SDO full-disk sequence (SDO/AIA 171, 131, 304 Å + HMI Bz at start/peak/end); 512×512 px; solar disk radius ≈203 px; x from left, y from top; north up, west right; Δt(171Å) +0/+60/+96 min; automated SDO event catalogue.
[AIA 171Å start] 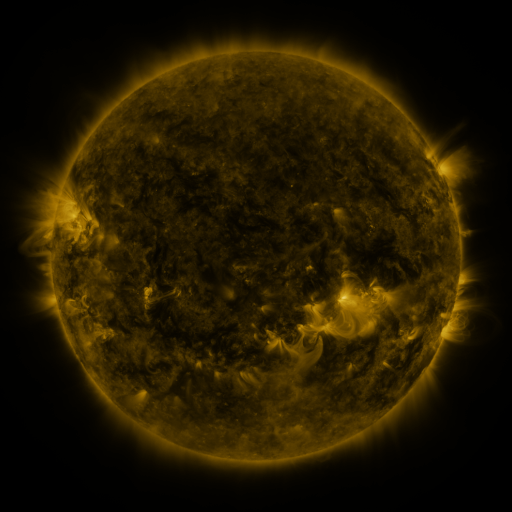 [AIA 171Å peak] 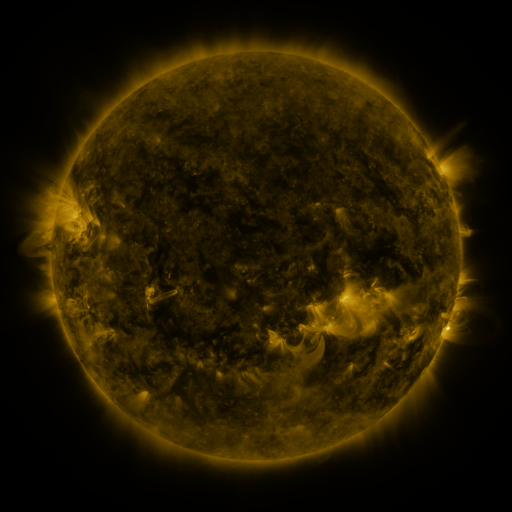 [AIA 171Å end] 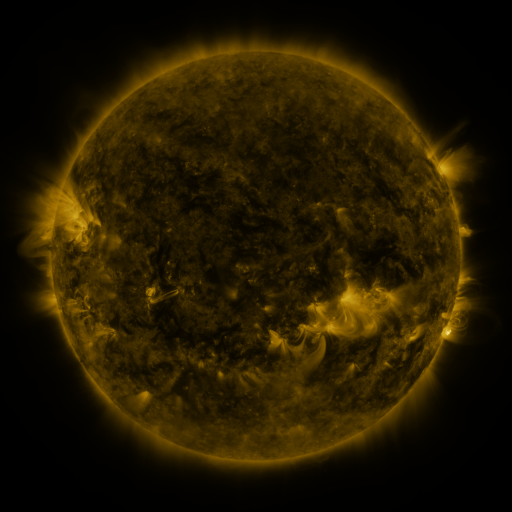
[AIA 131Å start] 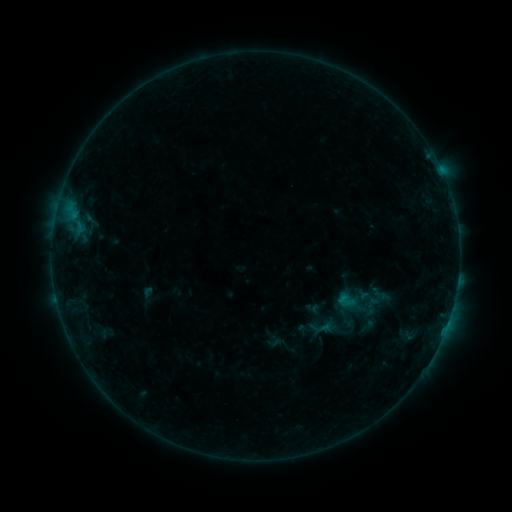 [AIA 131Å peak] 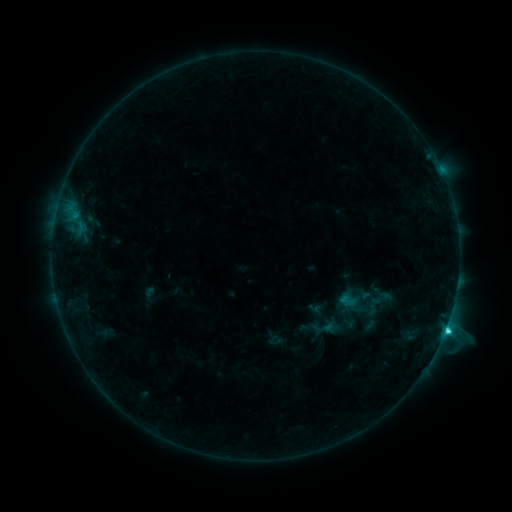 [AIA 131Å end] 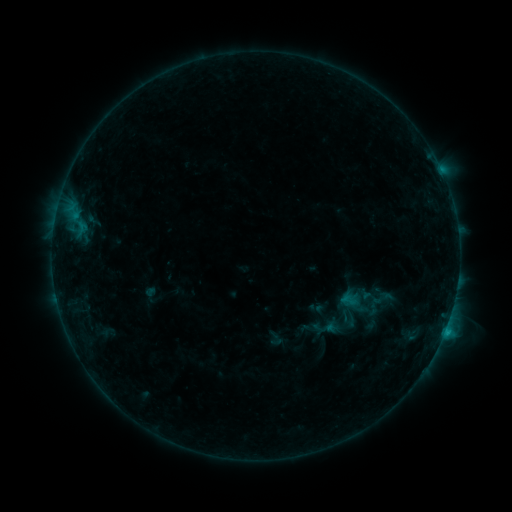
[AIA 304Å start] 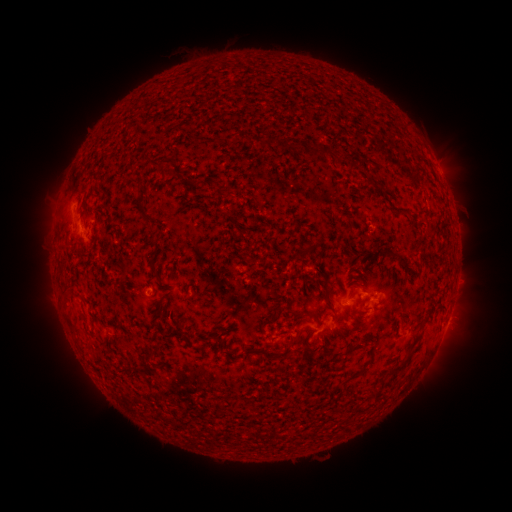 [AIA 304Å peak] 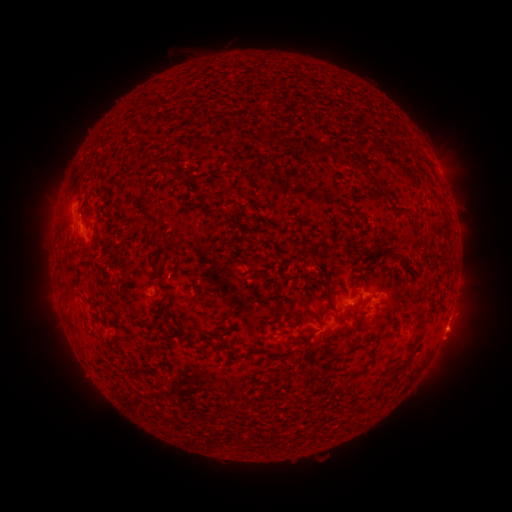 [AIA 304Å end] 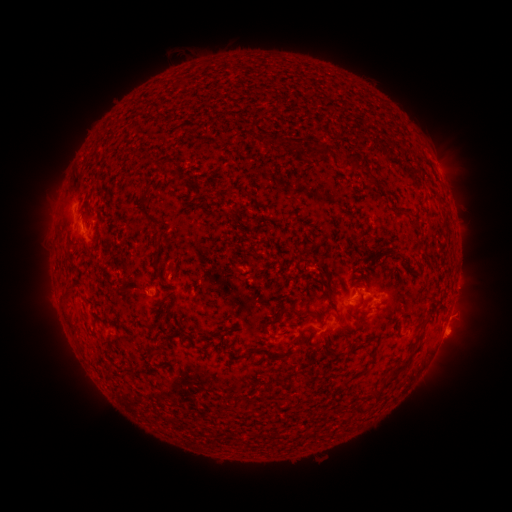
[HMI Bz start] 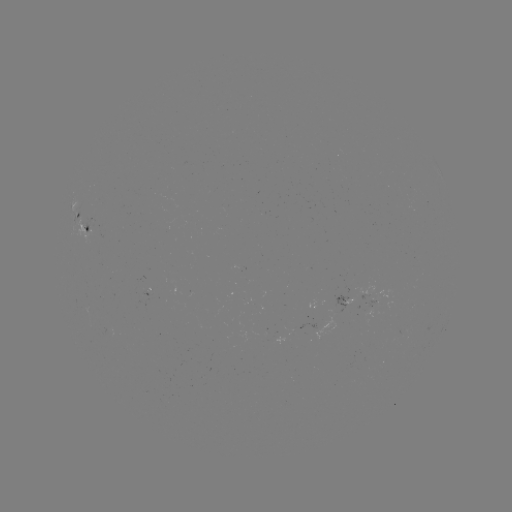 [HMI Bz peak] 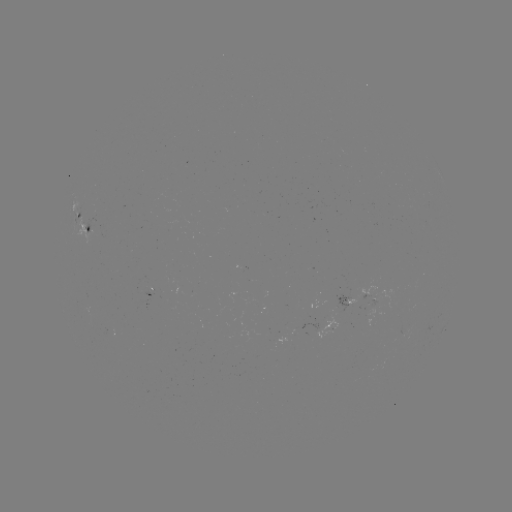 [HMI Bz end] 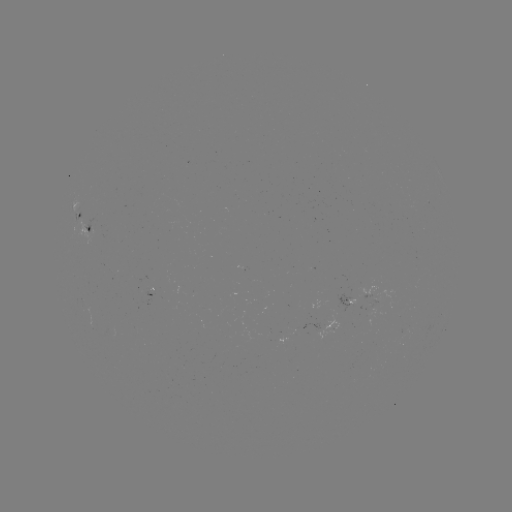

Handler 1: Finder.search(emerging-flux region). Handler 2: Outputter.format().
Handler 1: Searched emerging-flux region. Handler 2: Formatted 377,299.